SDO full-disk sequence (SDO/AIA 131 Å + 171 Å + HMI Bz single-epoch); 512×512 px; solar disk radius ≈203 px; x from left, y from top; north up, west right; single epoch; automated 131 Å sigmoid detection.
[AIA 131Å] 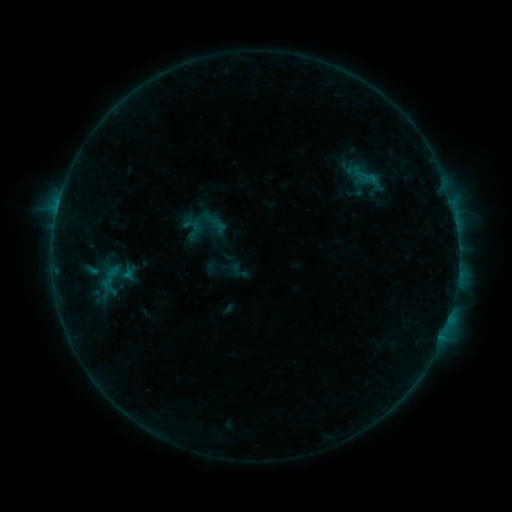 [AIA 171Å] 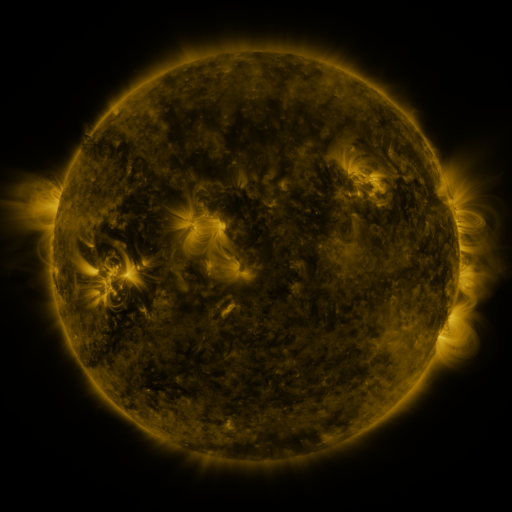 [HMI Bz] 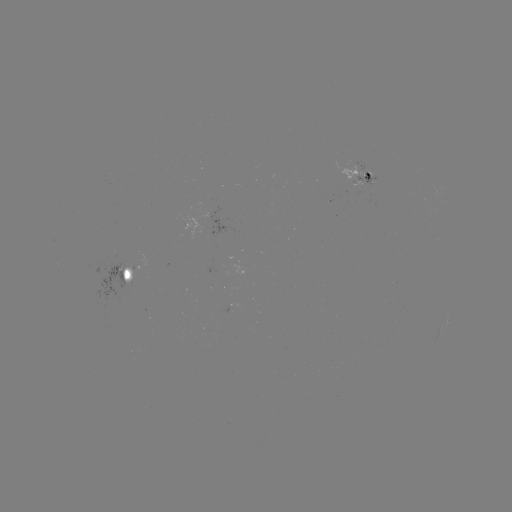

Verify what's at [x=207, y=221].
sigmoid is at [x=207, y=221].